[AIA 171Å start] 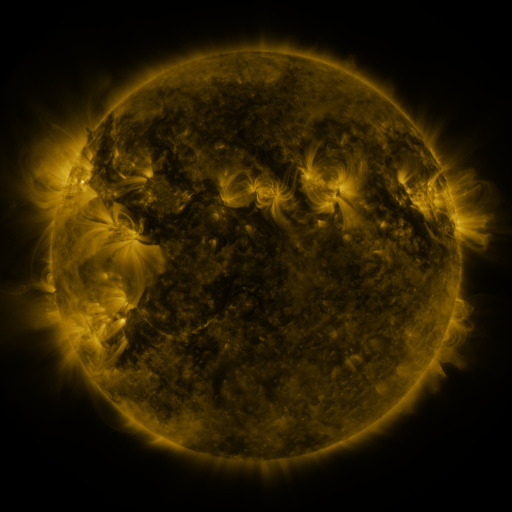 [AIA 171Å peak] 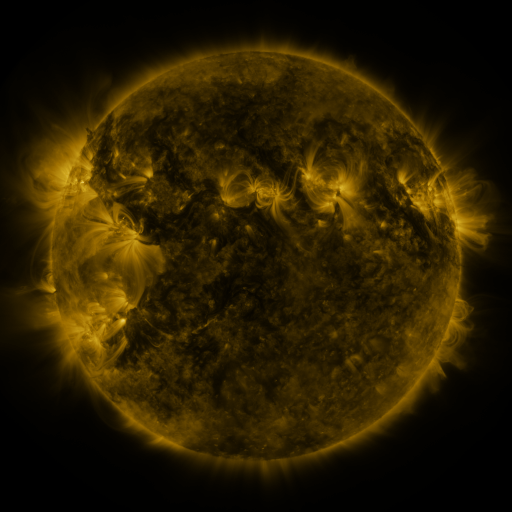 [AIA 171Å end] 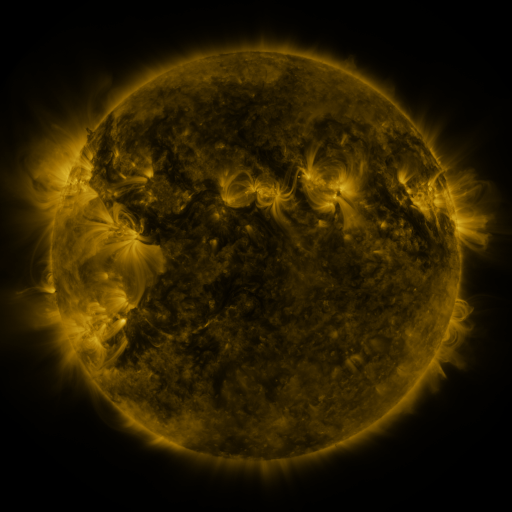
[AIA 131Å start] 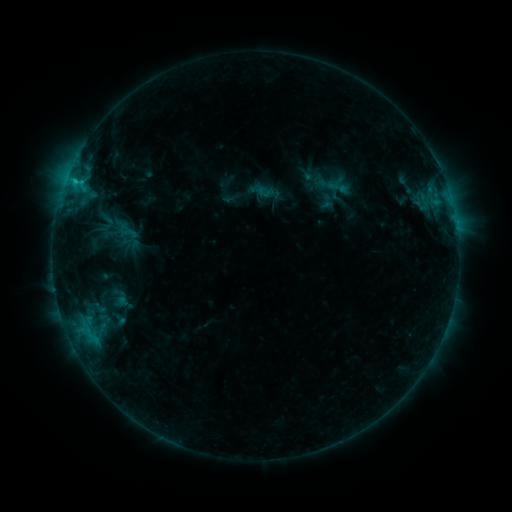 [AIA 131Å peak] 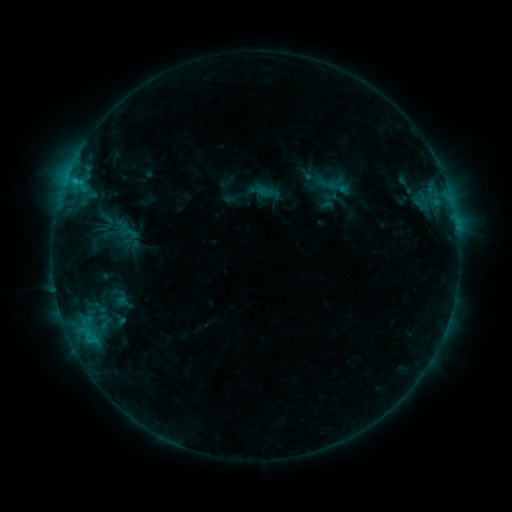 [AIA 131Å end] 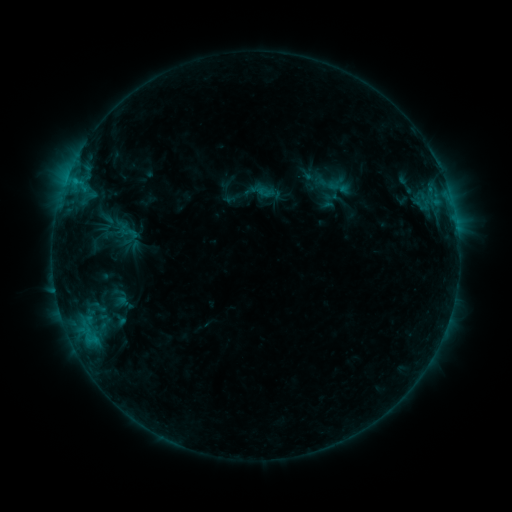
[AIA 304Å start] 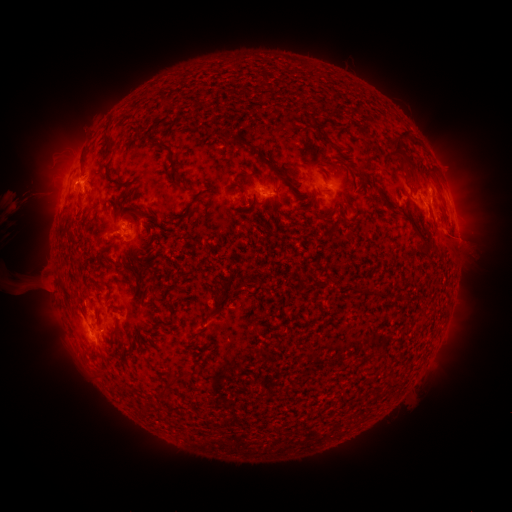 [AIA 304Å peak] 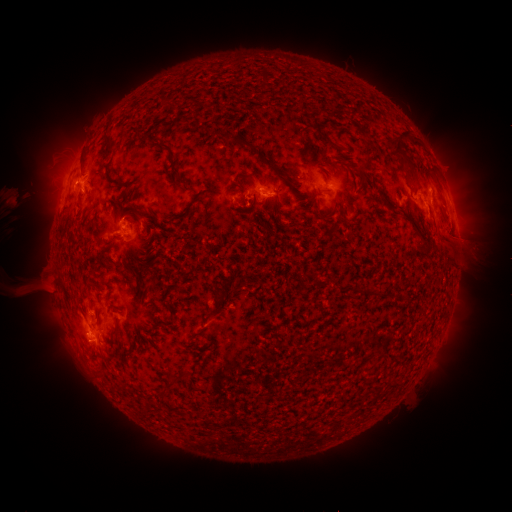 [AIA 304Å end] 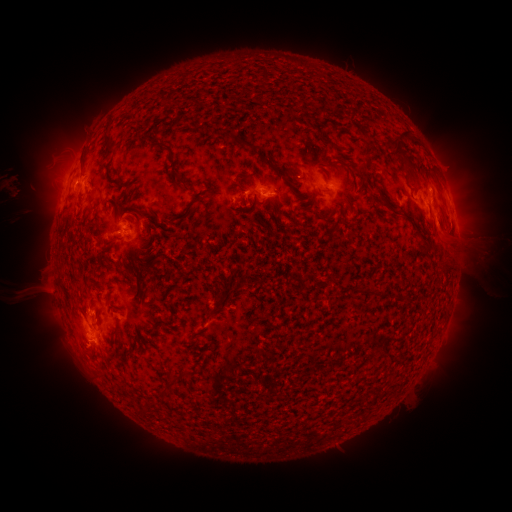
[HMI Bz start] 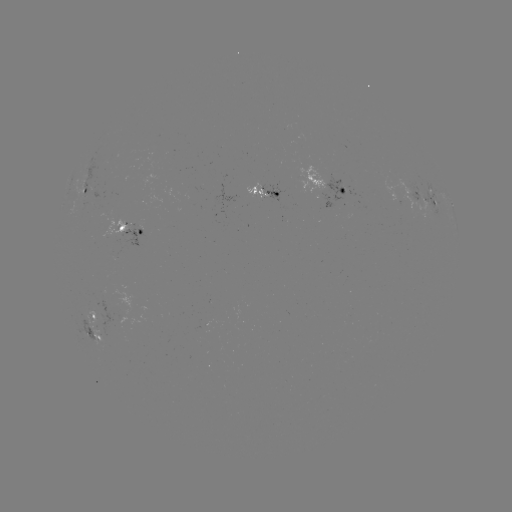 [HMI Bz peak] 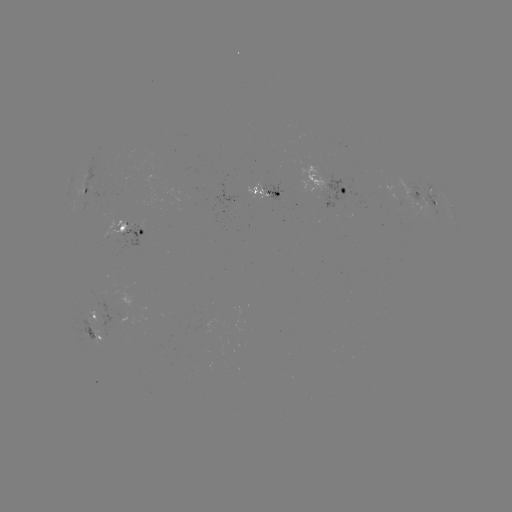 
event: eruption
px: (68, 335)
